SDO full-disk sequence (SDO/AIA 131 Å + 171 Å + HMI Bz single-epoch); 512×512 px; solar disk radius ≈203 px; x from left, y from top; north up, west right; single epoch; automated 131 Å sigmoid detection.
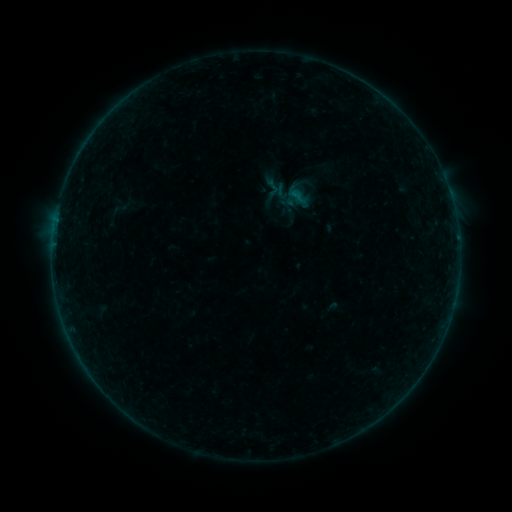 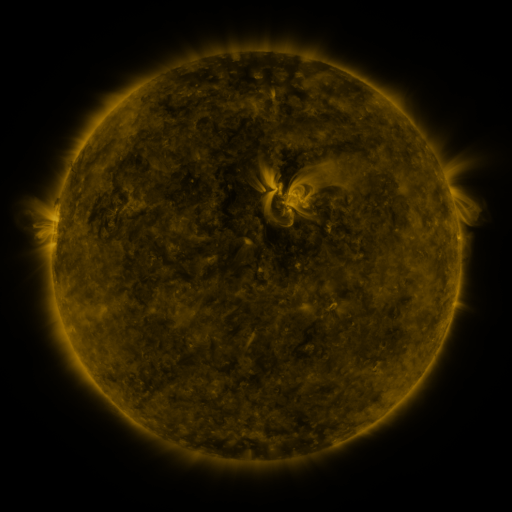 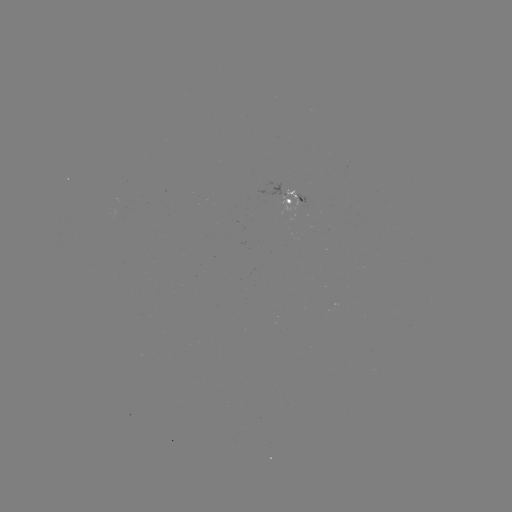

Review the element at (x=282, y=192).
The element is sigmoid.